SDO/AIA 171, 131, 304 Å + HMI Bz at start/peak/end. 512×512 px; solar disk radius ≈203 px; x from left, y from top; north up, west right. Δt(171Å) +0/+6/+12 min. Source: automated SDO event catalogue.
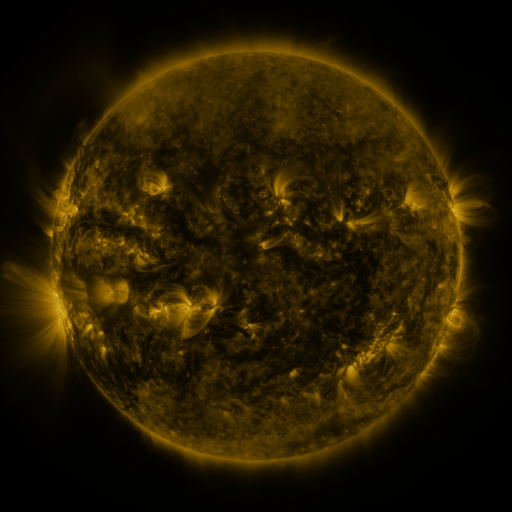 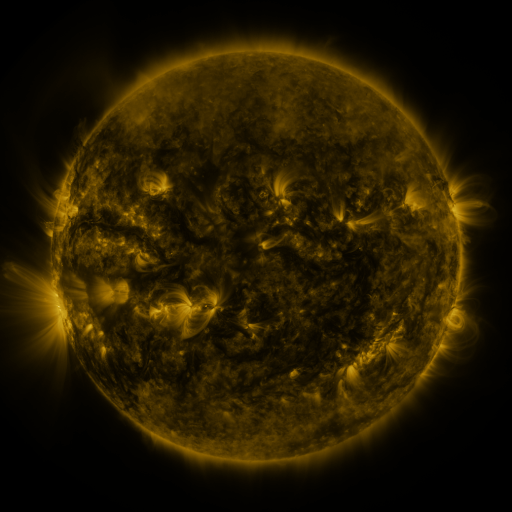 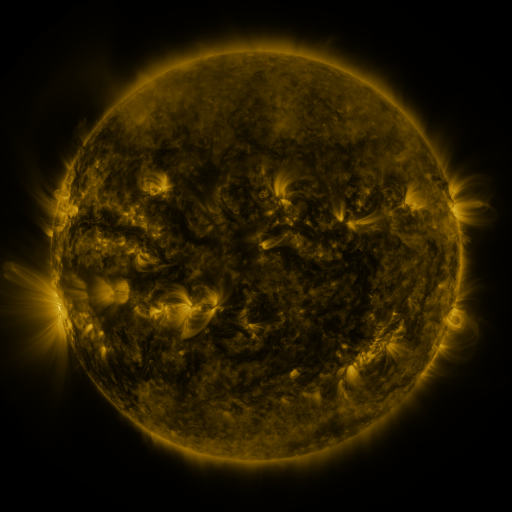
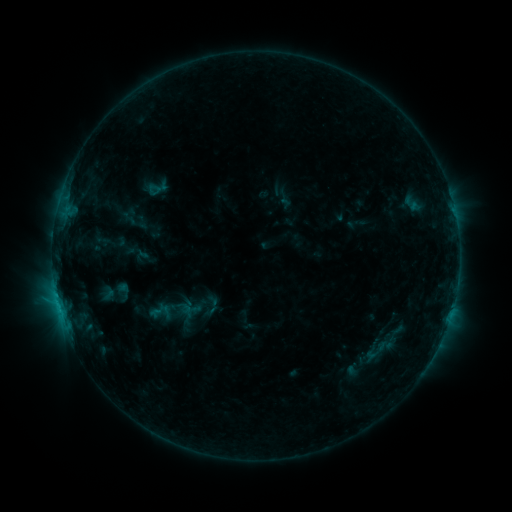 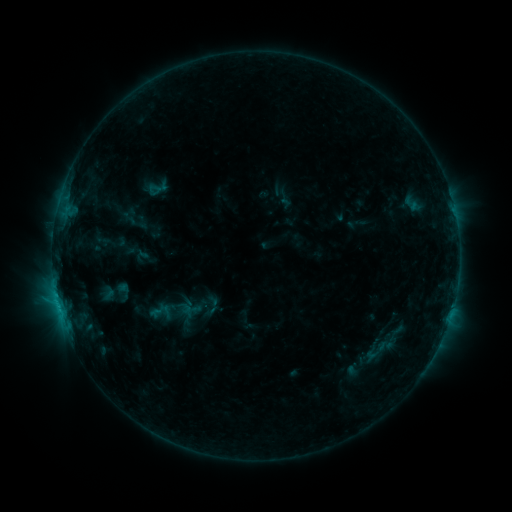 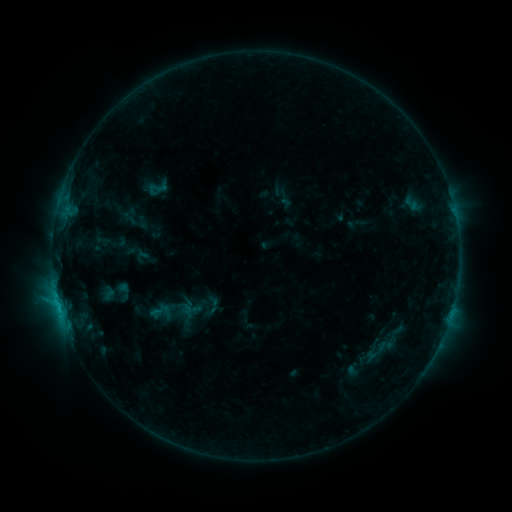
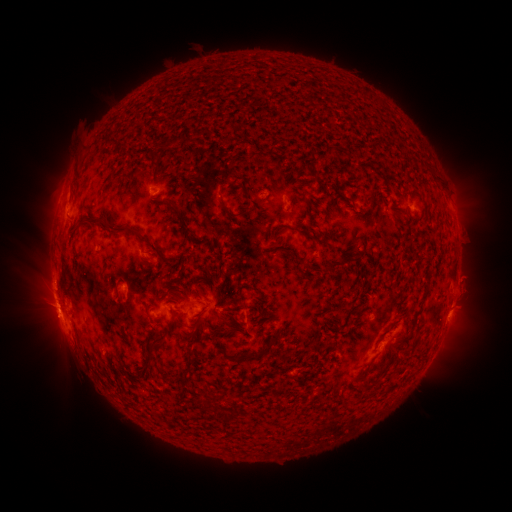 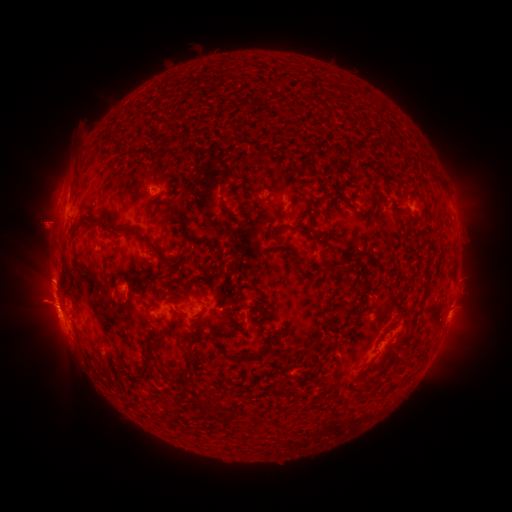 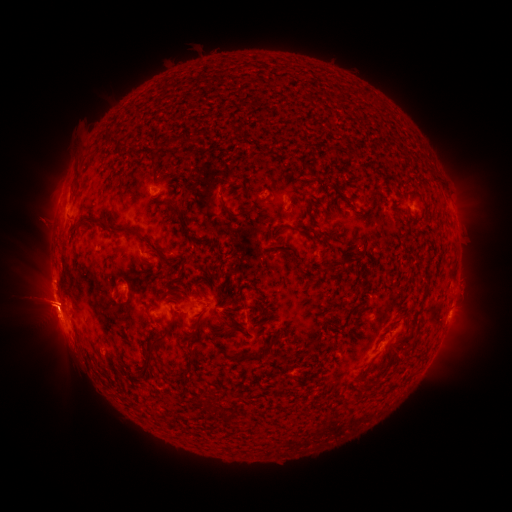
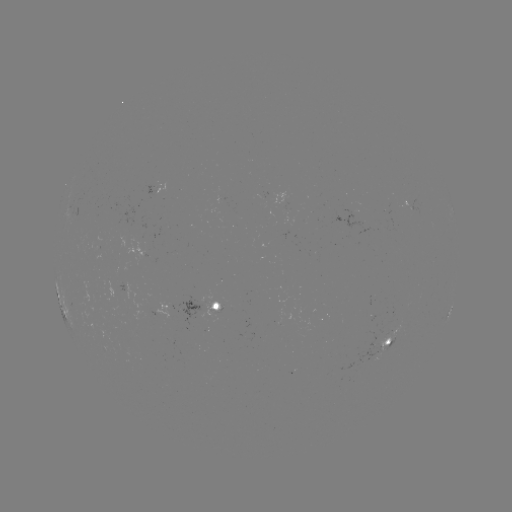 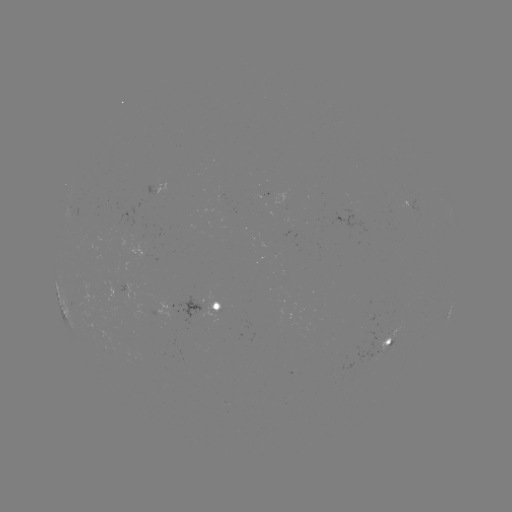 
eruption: <bbox>18, 202, 72, 248</bbox>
